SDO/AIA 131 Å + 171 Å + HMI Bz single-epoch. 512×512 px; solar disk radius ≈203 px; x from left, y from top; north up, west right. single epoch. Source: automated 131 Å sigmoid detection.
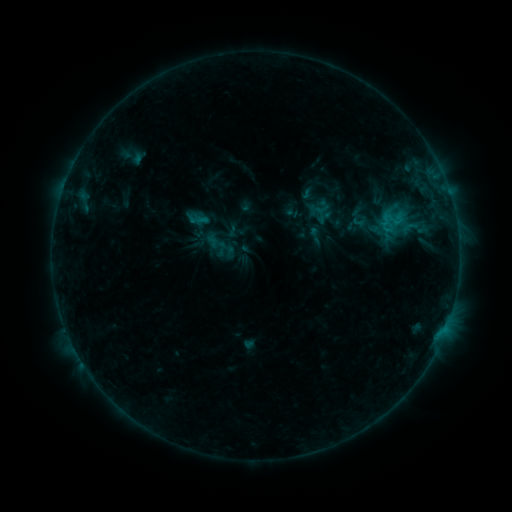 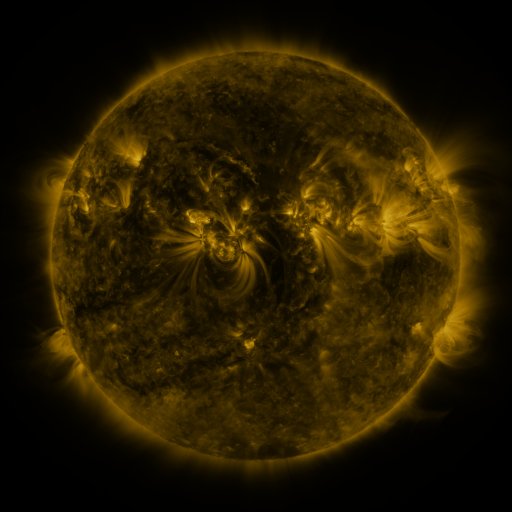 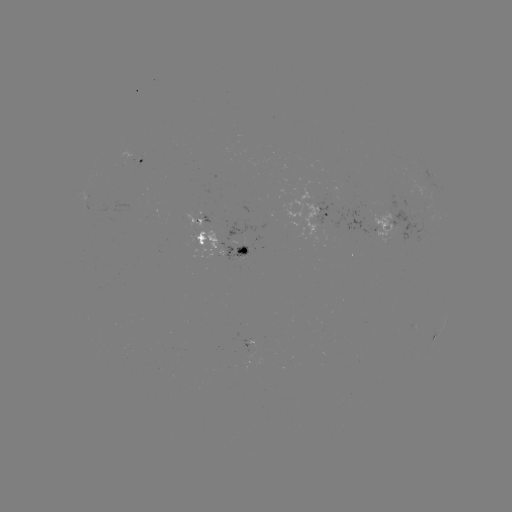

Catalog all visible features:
sigmoid: [397, 218, 420, 236]
sigmoid: [303, 225, 326, 245]
